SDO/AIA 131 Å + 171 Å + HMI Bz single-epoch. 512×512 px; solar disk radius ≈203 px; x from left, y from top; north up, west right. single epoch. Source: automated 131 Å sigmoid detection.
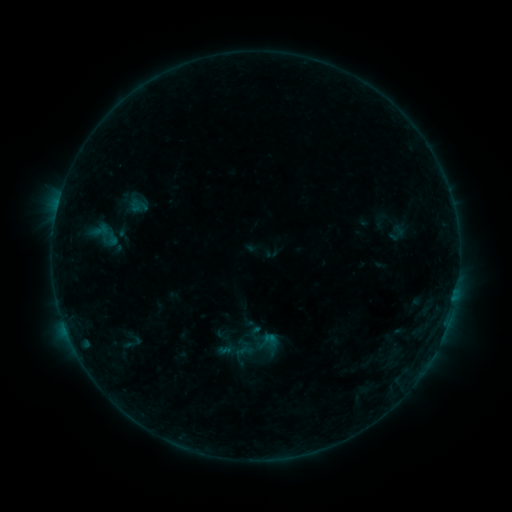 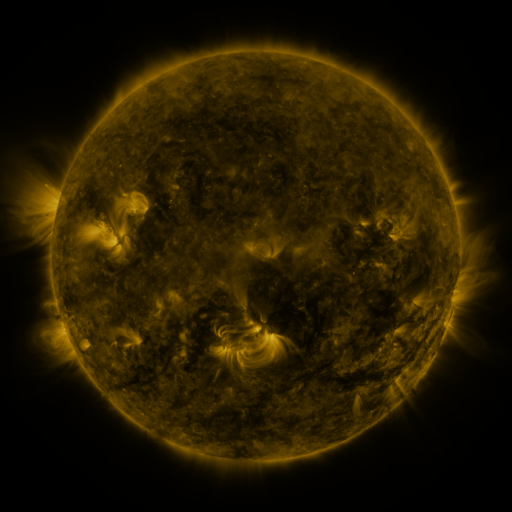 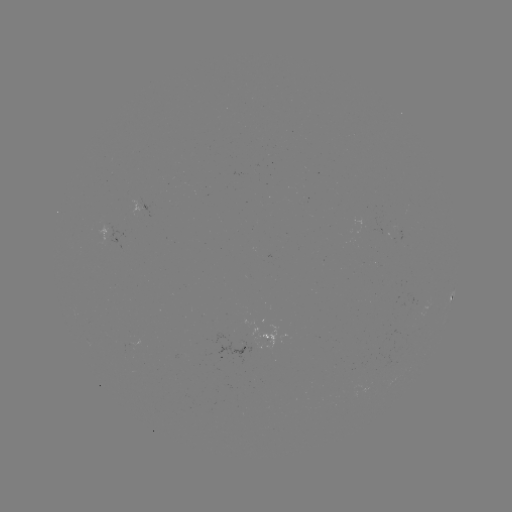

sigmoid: [116, 331, 148, 354]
